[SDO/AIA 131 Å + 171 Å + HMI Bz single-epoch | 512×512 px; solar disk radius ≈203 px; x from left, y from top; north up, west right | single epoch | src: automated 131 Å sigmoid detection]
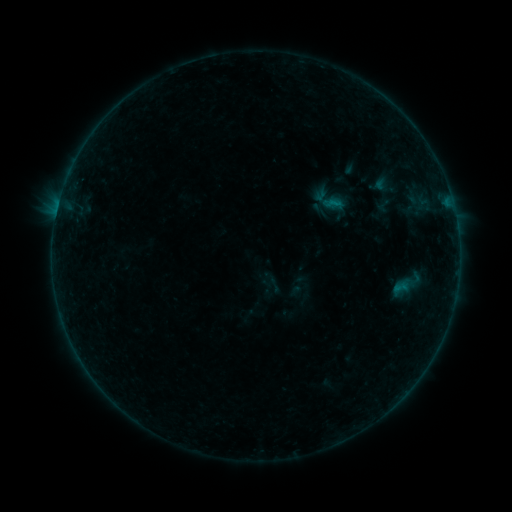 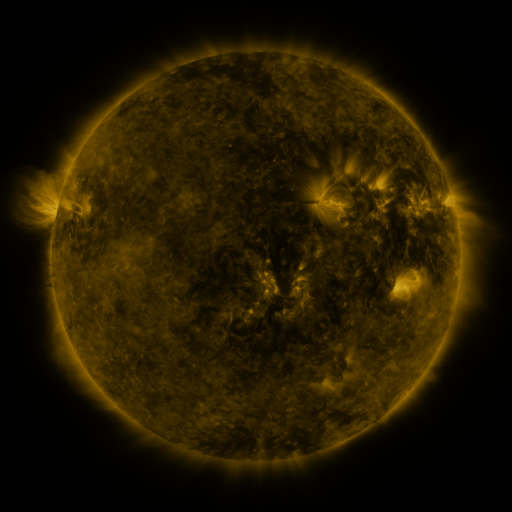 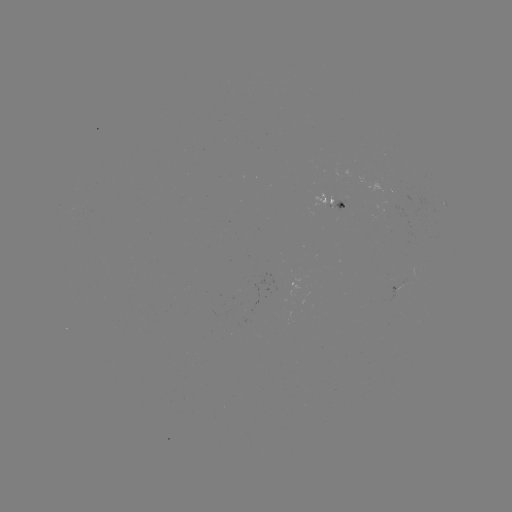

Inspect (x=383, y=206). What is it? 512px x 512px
sigmoid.